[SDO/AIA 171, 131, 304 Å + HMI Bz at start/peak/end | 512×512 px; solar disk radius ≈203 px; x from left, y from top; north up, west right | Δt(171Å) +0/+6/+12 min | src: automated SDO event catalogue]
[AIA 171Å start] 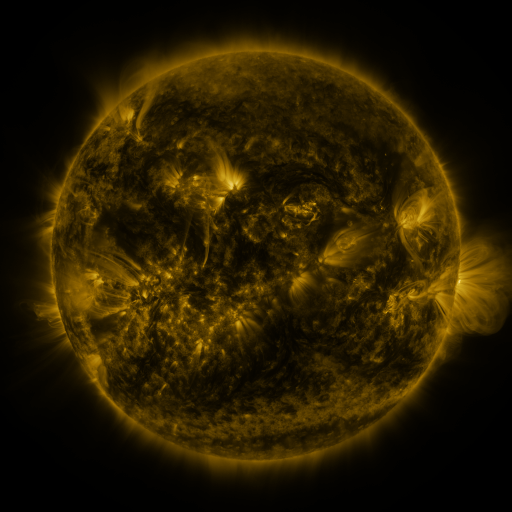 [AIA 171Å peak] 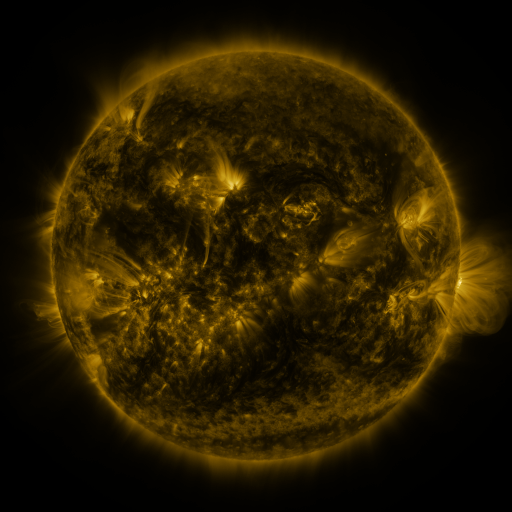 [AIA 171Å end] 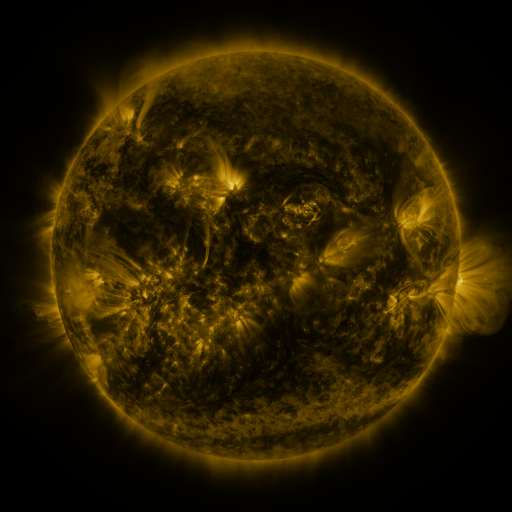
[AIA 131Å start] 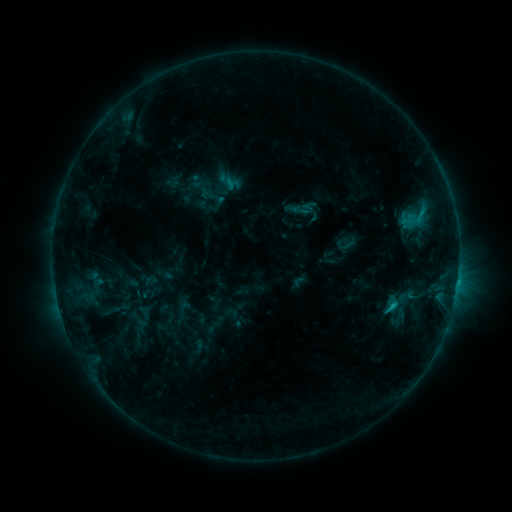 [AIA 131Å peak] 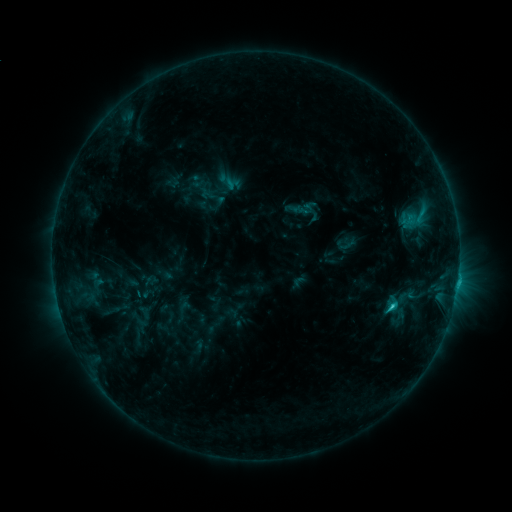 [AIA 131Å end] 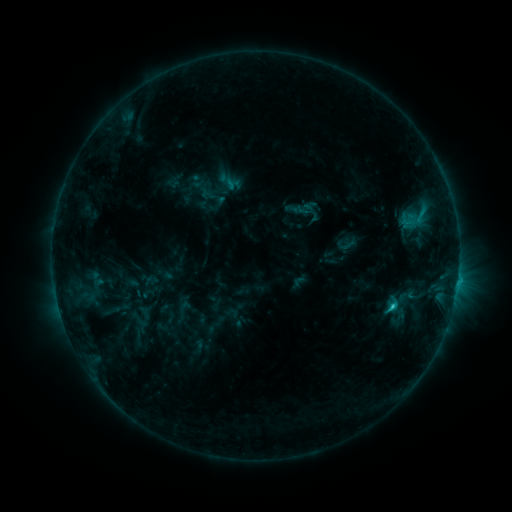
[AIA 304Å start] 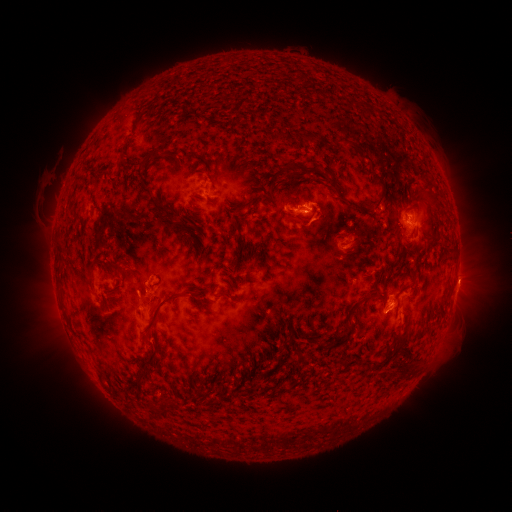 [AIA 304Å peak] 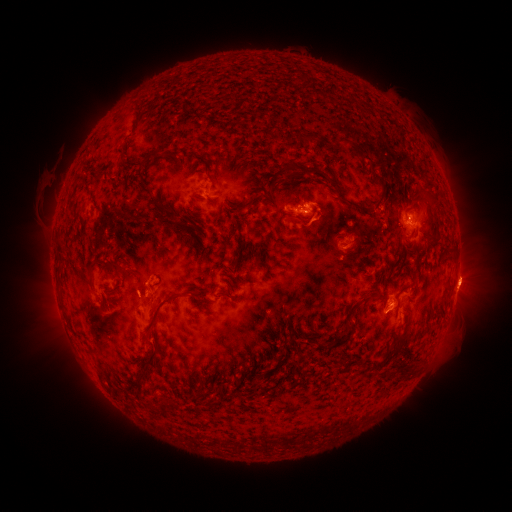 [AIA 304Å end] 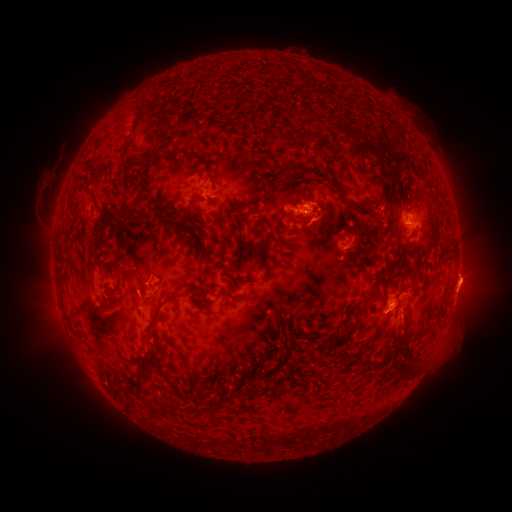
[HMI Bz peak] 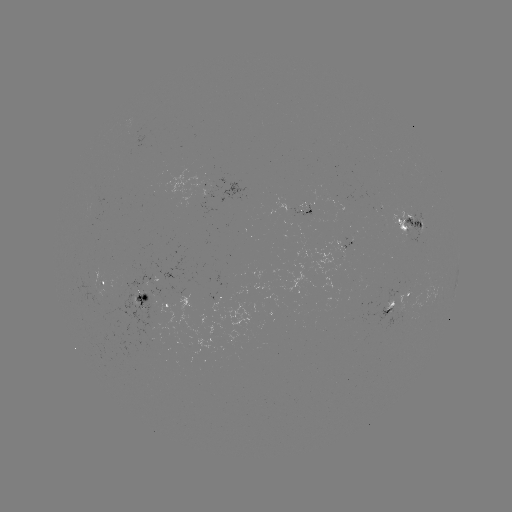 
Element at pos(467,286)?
eruption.